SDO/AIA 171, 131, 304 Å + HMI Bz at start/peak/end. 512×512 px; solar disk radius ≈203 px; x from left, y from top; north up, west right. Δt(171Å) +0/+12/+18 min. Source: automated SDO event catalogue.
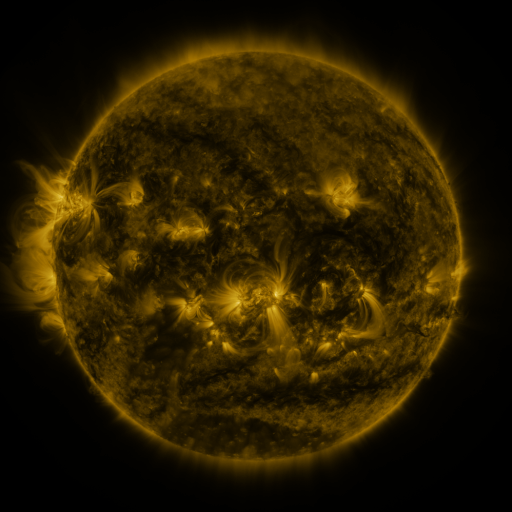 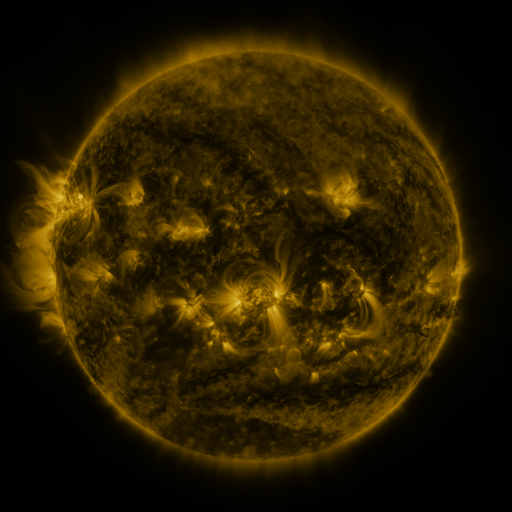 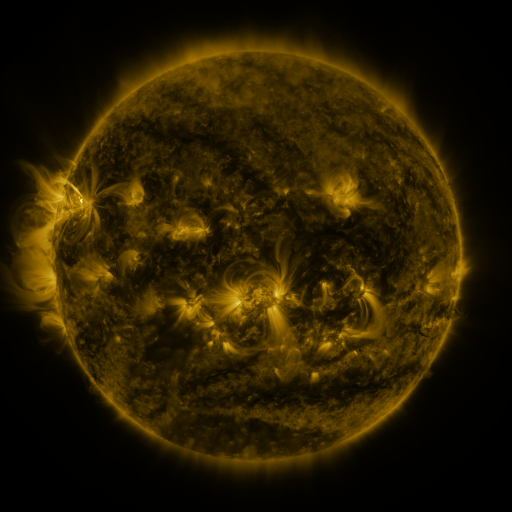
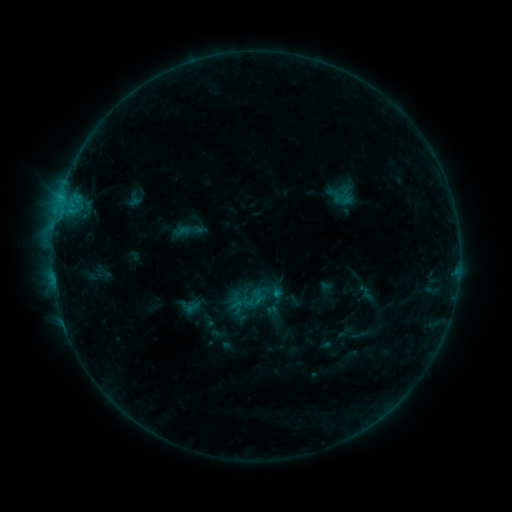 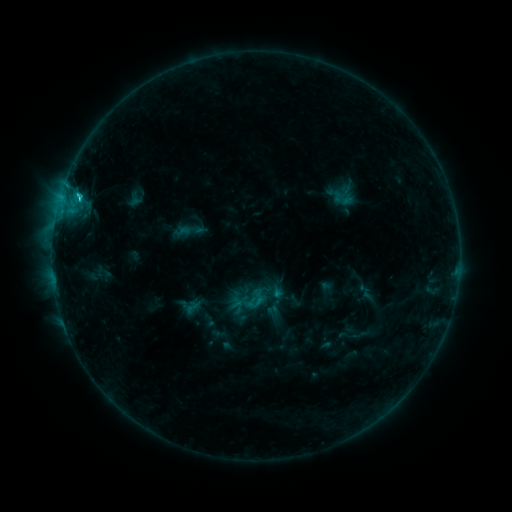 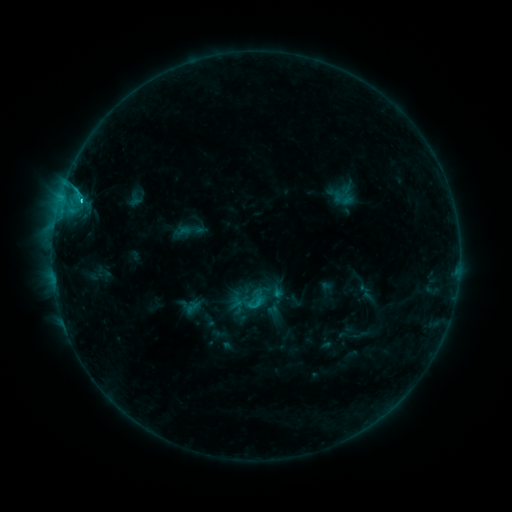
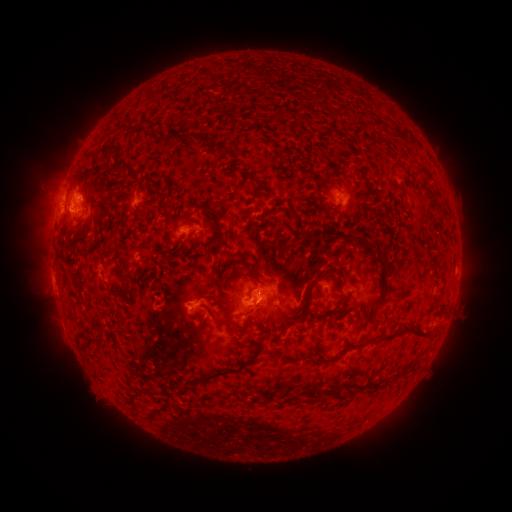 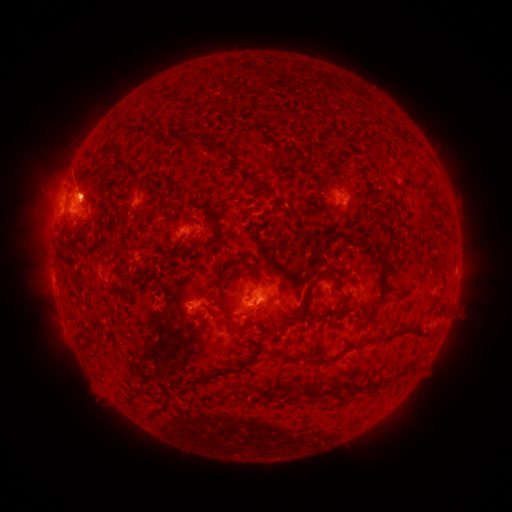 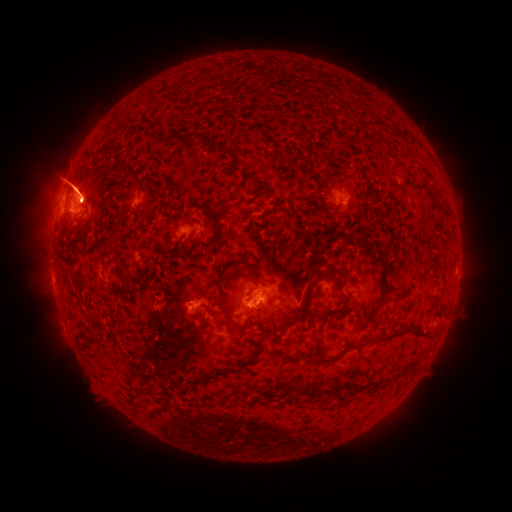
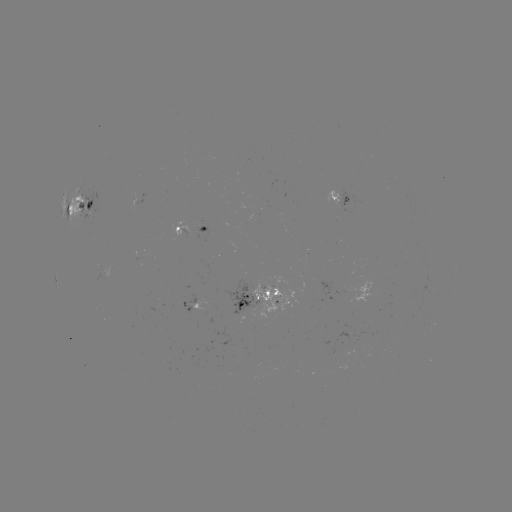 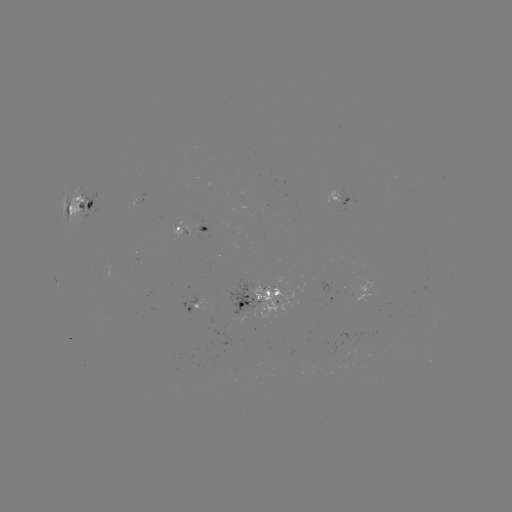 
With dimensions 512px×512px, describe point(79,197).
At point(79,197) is C2.9 flare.